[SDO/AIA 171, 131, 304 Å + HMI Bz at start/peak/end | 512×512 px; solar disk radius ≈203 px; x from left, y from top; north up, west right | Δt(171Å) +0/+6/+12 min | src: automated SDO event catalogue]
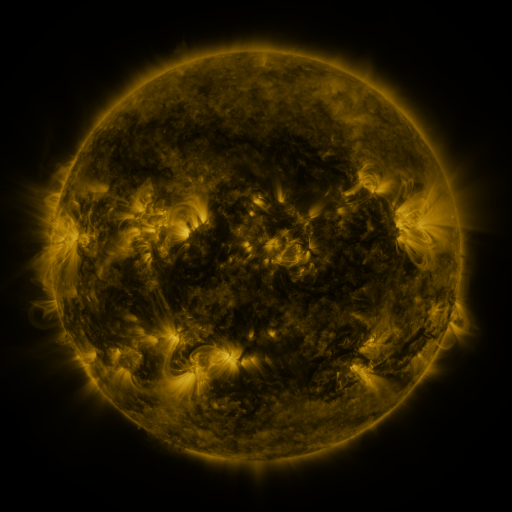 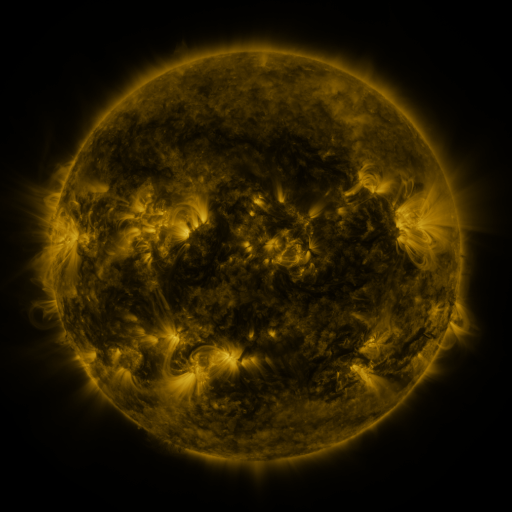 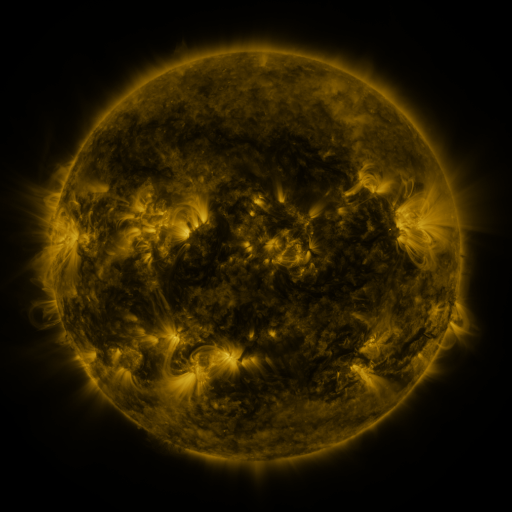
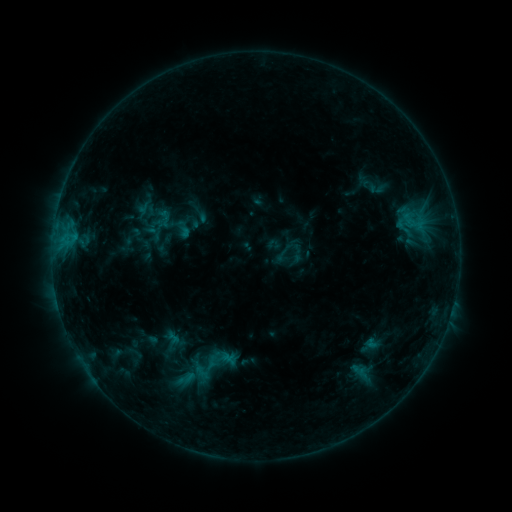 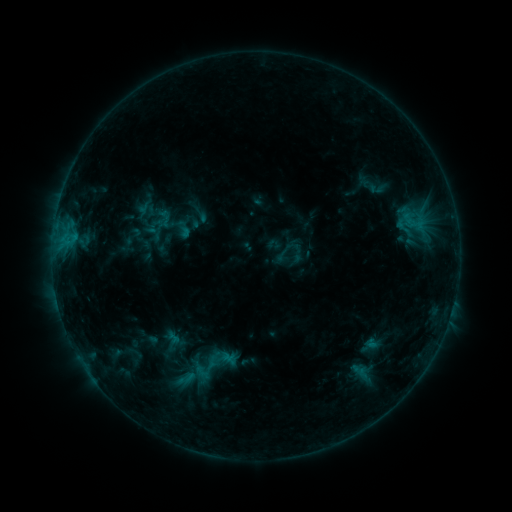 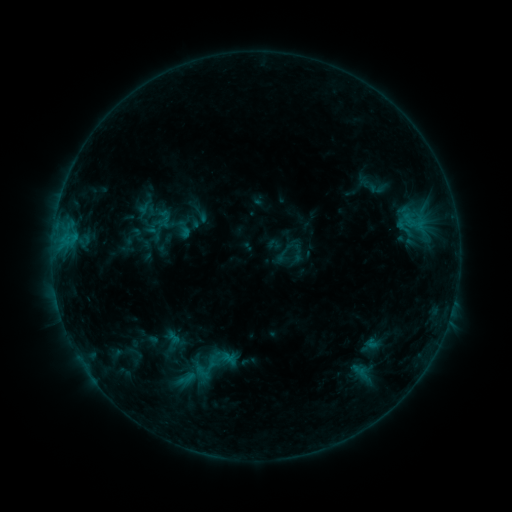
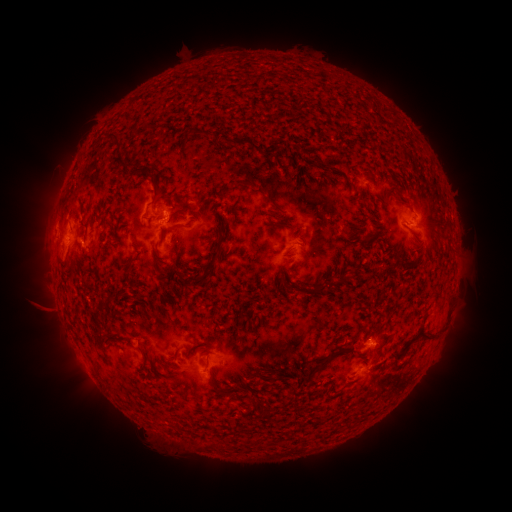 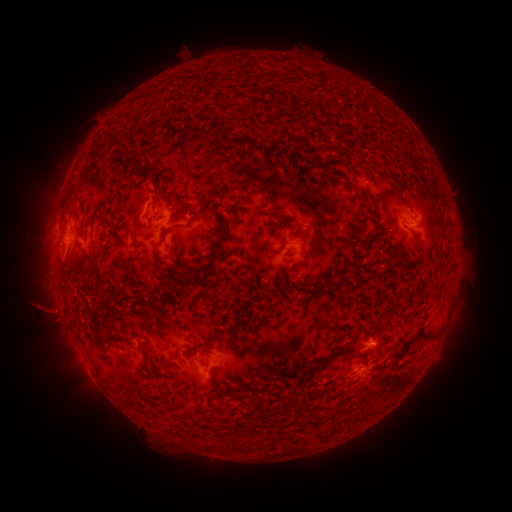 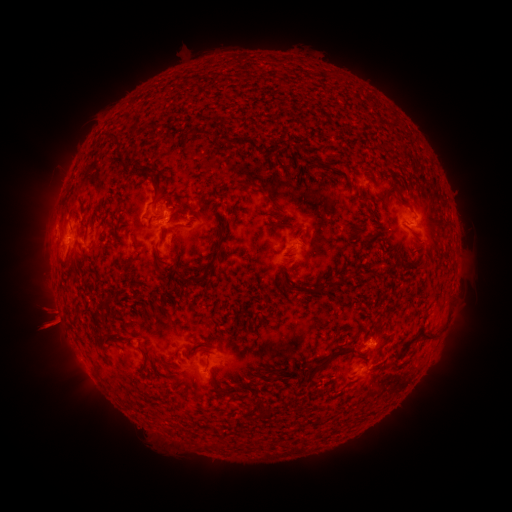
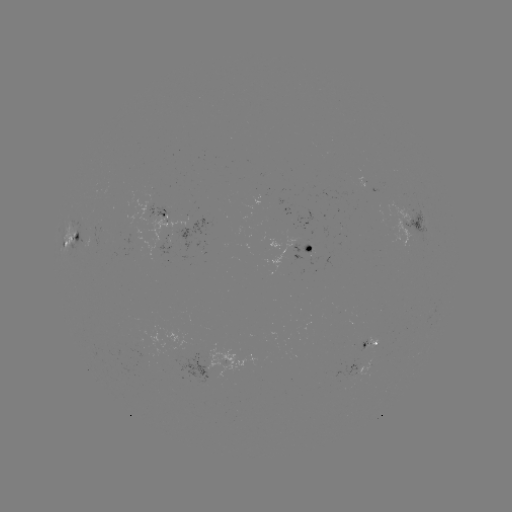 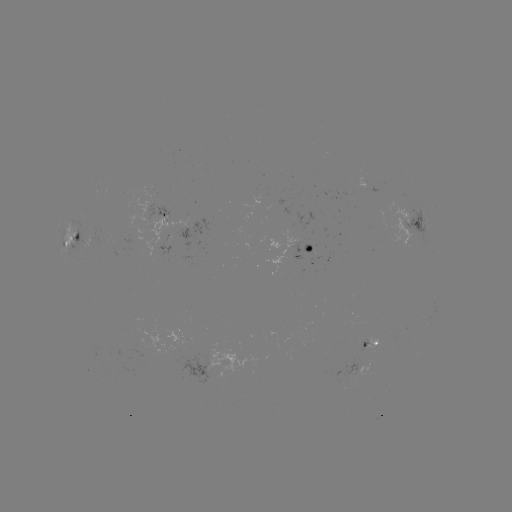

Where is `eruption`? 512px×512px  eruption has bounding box [21, 298, 80, 355].